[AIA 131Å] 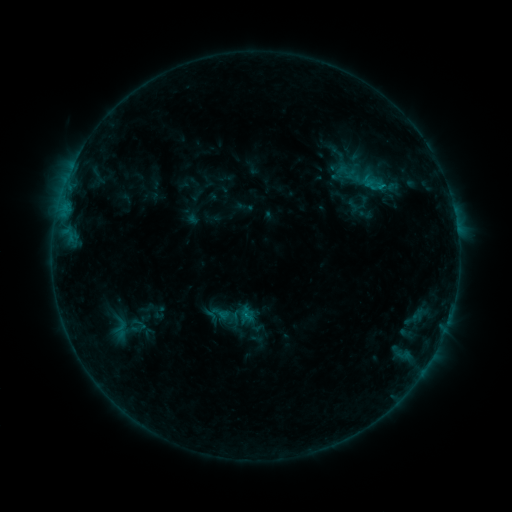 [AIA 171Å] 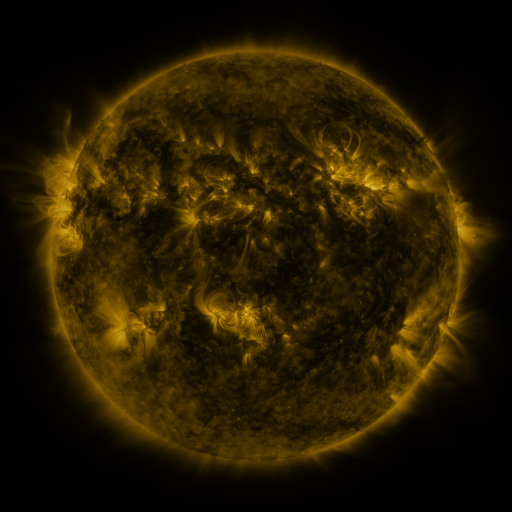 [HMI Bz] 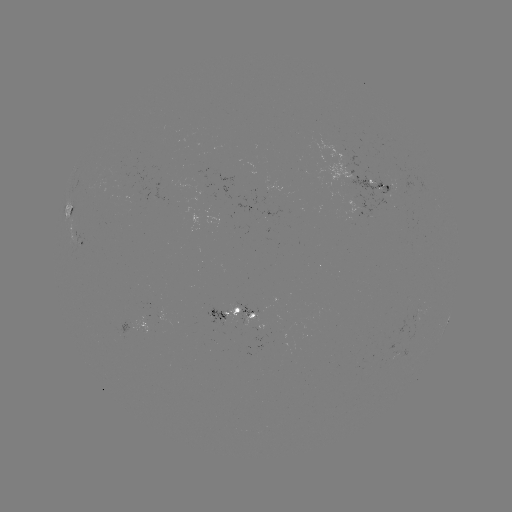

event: sigmoid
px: (376, 184)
